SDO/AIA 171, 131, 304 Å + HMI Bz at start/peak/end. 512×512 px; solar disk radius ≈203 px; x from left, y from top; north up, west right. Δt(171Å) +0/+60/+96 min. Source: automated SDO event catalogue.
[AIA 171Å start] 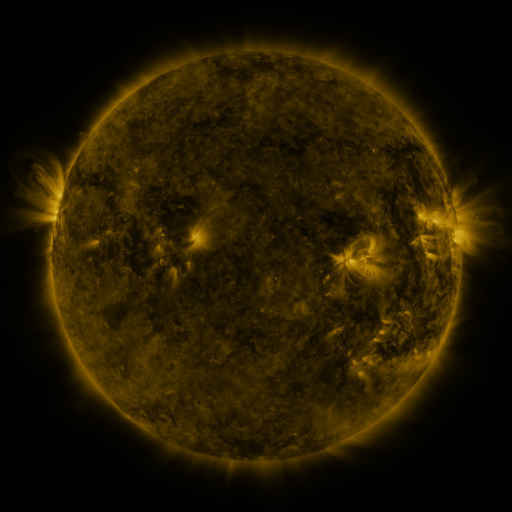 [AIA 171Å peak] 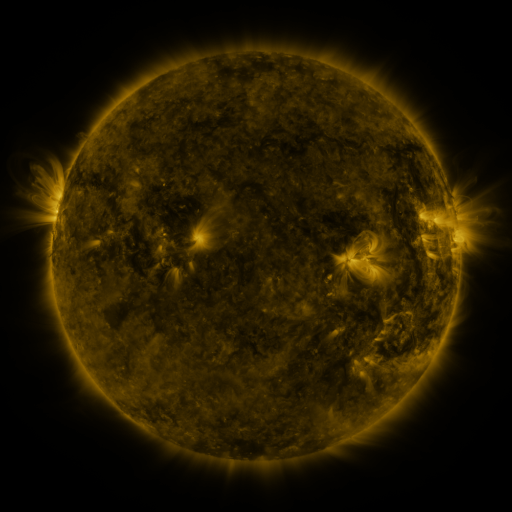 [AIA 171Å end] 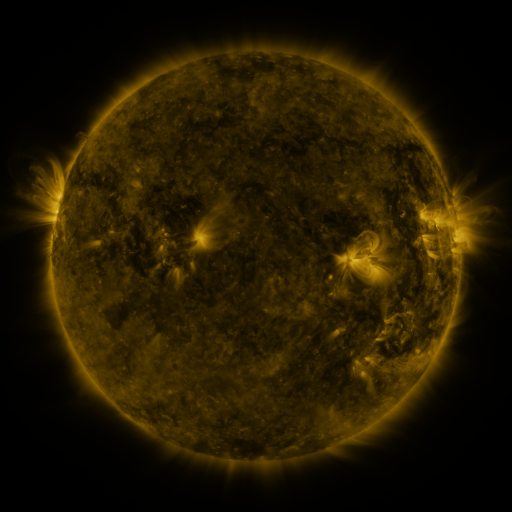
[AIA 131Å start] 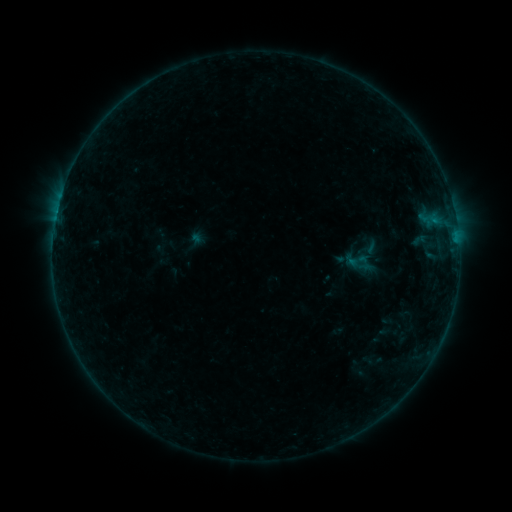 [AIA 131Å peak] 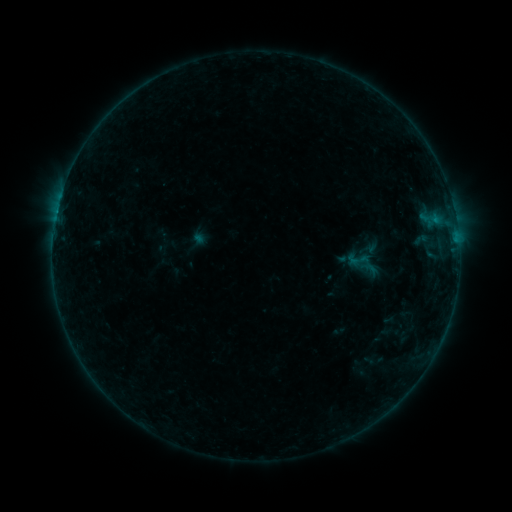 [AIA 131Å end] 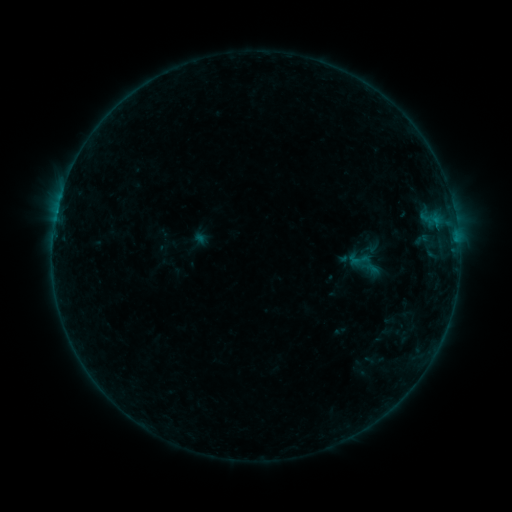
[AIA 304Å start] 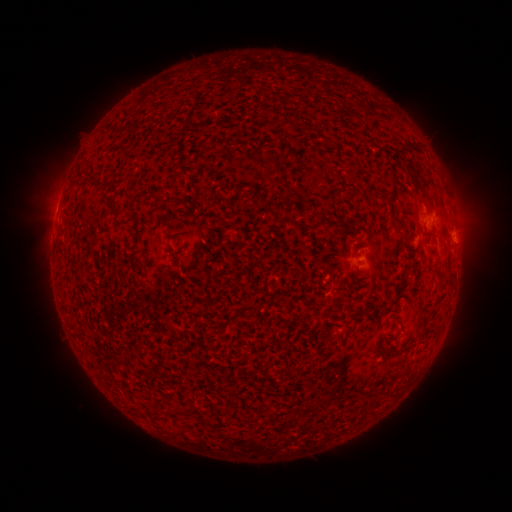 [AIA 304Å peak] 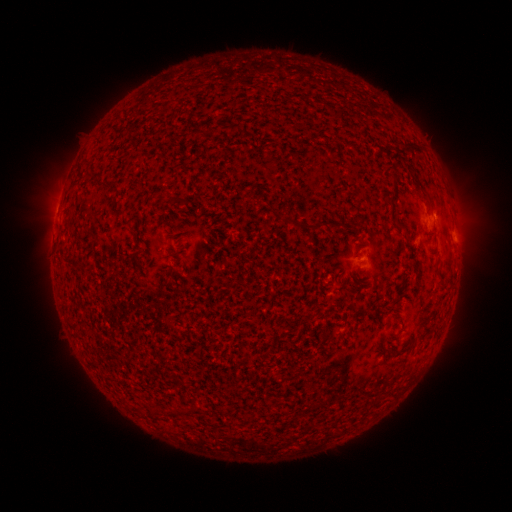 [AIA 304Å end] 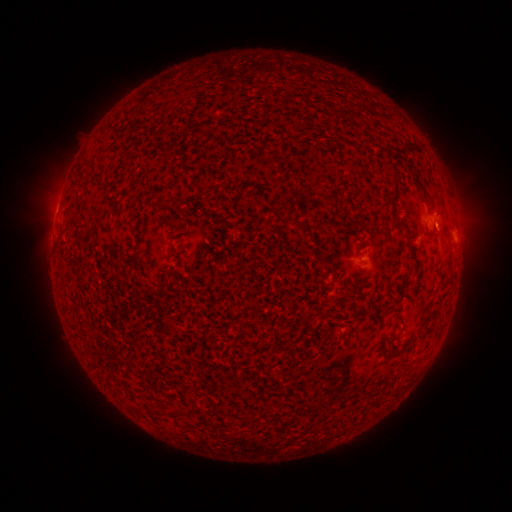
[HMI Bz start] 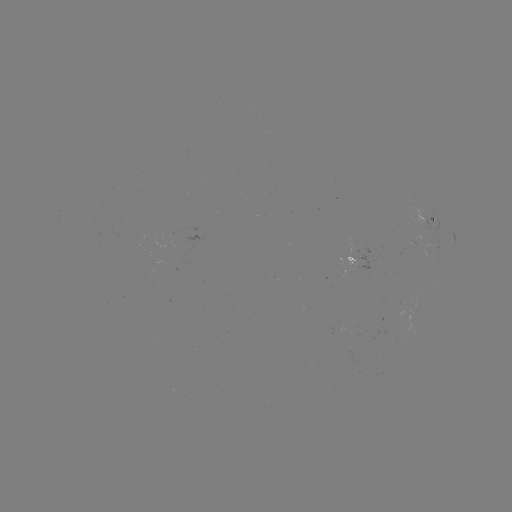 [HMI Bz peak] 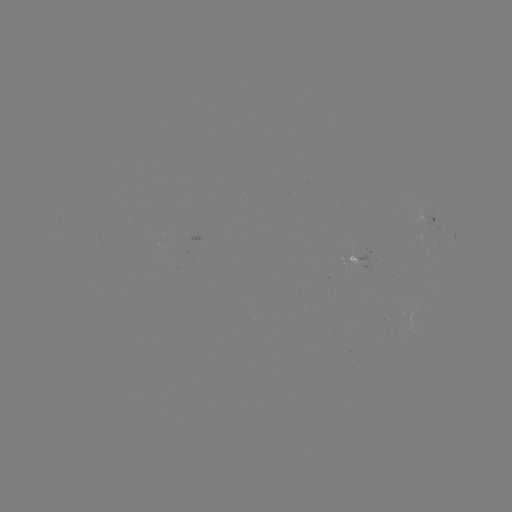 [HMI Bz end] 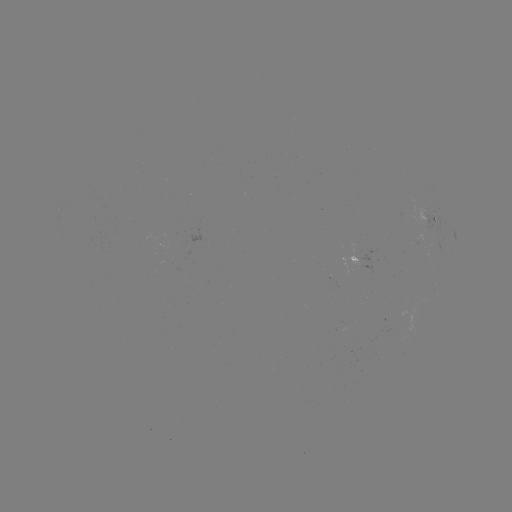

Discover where emerging-flux region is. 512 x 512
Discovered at [100, 246].